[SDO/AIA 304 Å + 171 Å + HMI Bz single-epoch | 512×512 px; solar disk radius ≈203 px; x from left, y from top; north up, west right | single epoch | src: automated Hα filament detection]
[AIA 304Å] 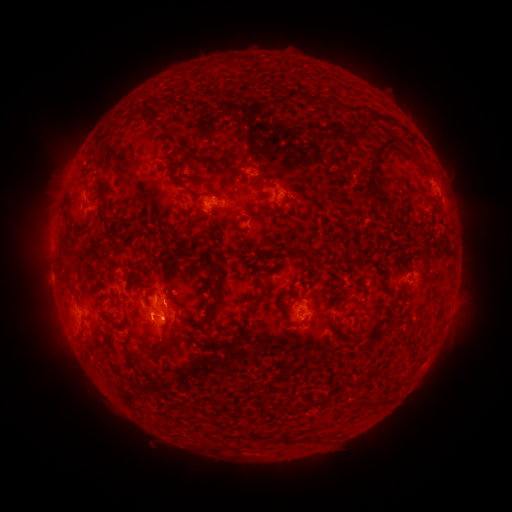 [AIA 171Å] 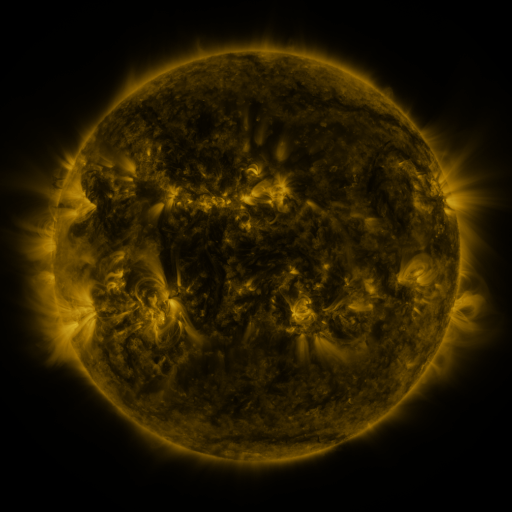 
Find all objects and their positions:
filament: (380, 115)
filament: (150, 120)
filament: (374, 152)
filament: (413, 158)
filament: (258, 183)
filament: (98, 187)
filament: (182, 188)
filament: (371, 190)
filament: (266, 211)
filament: (190, 224)
filament: (83, 279)
filament: (69, 281)
filament: (217, 301)
filament: (360, 304)
filament: (342, 305)
filament: (252, 308)
filament: (284, 312)
filament: (159, 353)
filament: (129, 358)
filament: (114, 370)
filament: (372, 371)
filament: (350, 381)
filament: (276, 403)
filament: (258, 436)
filament: (321, 437)
filament: (291, 440)
